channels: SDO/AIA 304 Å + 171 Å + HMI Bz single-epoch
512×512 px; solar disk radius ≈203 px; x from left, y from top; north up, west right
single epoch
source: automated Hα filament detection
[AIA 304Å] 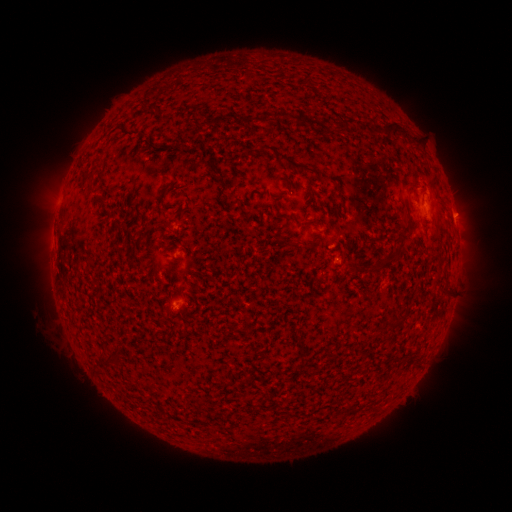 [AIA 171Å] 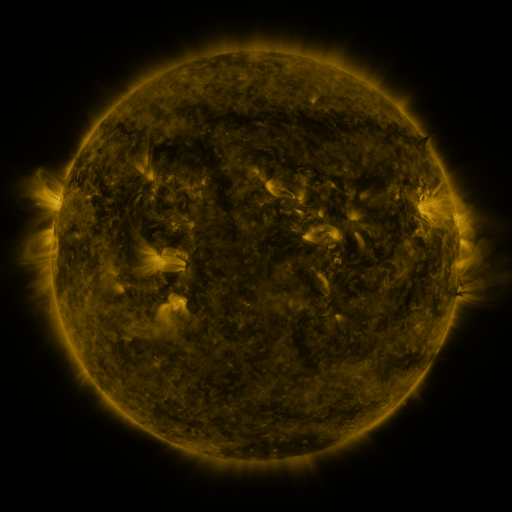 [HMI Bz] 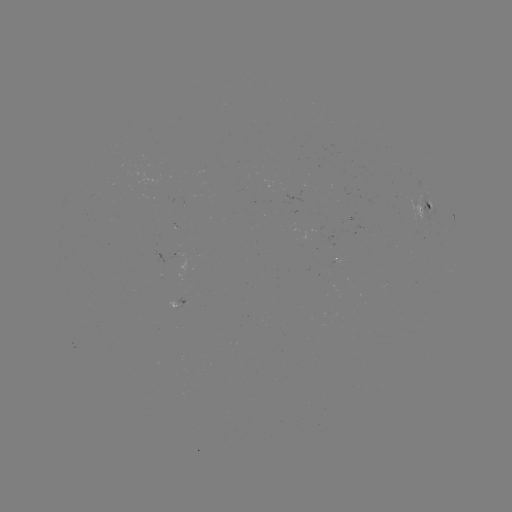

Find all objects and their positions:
filament: (293, 112, 316, 125)
filament: (338, 117, 354, 129)
filament: (383, 121, 409, 138)
filament: (360, 122, 370, 132)
filament: (278, 152, 315, 173)
filament: (81, 168, 96, 180)
filament: (402, 181, 416, 197)
filament: (162, 220, 171, 227)
filament: (411, 220, 419, 233)
filament: (276, 237, 284, 246)
filament: (370, 257, 396, 273)
filament: (389, 317, 404, 329)
filament: (100, 353, 118, 365)
